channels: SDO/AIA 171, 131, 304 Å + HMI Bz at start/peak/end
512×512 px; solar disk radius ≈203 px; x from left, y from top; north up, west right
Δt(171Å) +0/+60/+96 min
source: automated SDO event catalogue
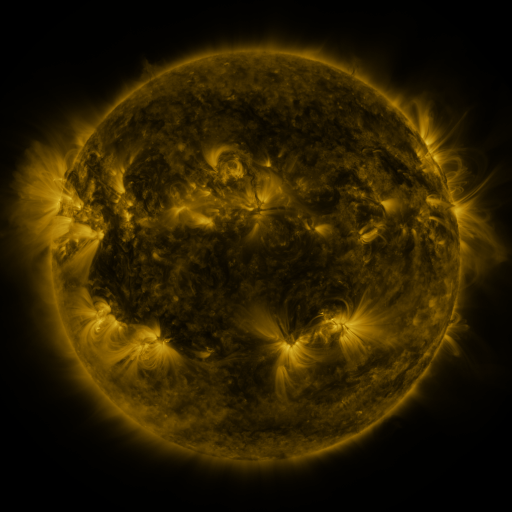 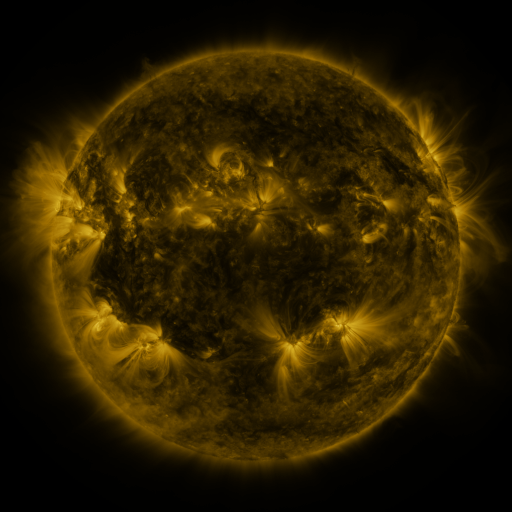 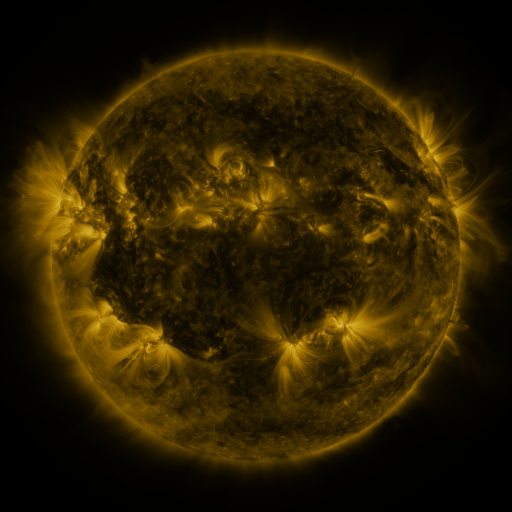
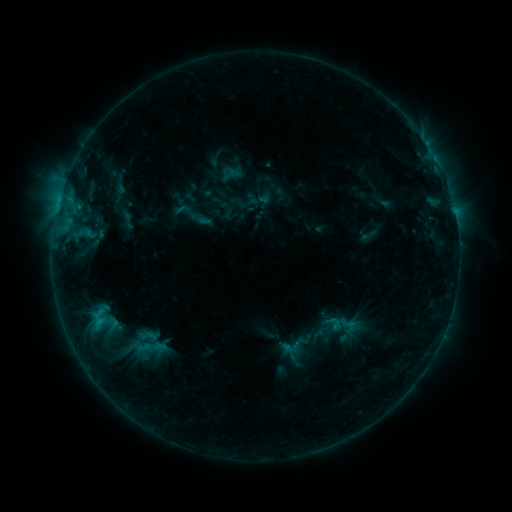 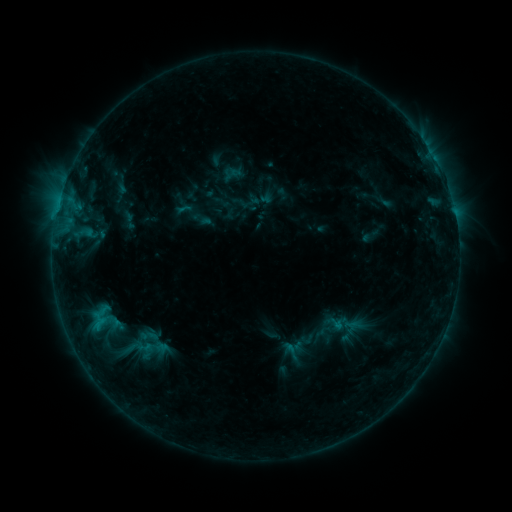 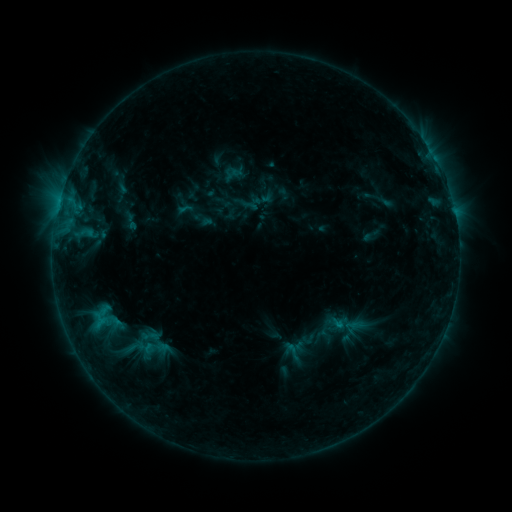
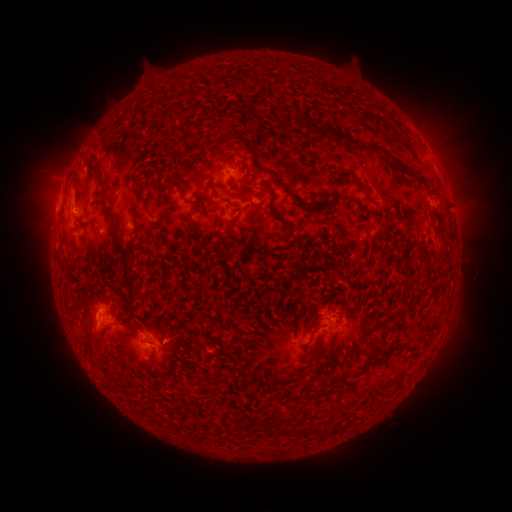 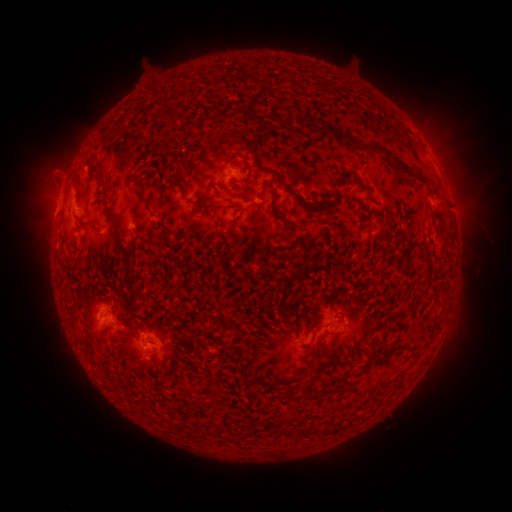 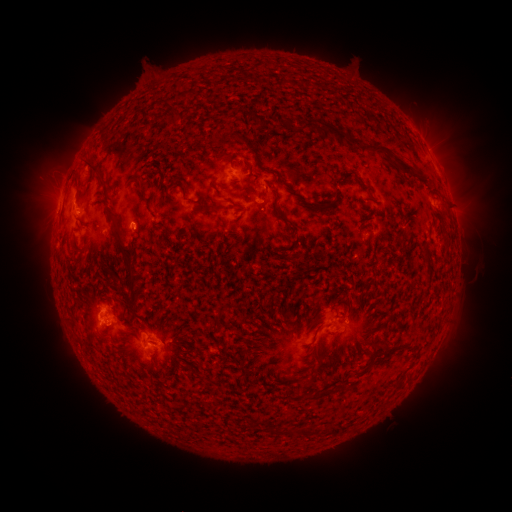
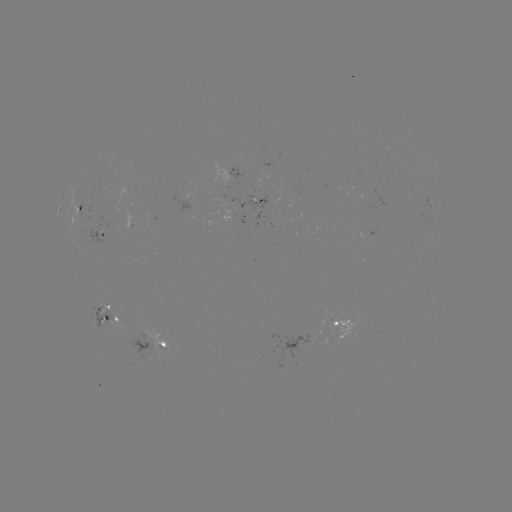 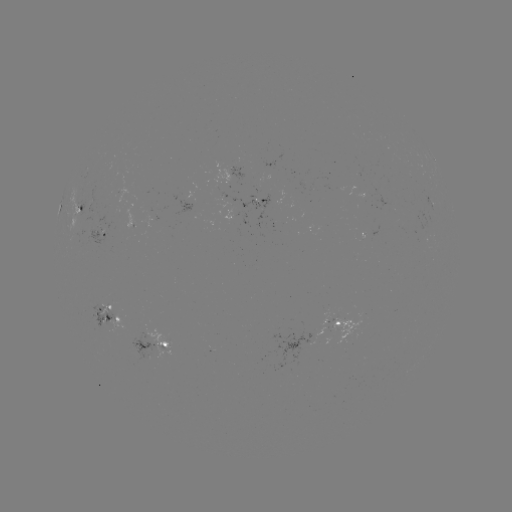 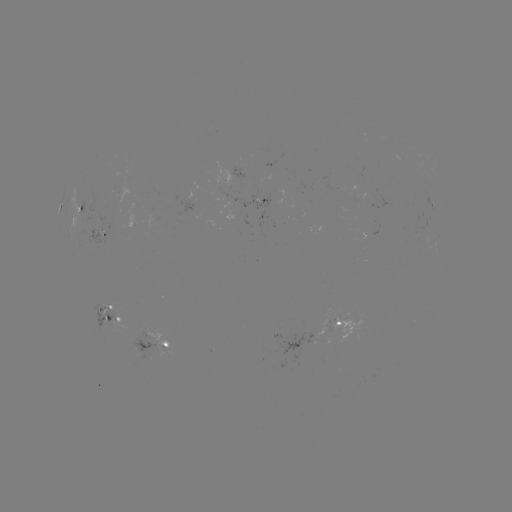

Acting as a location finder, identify emerging-flux region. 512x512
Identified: (190, 194).